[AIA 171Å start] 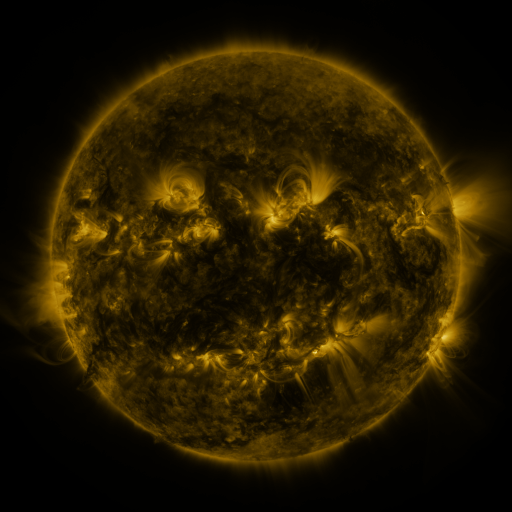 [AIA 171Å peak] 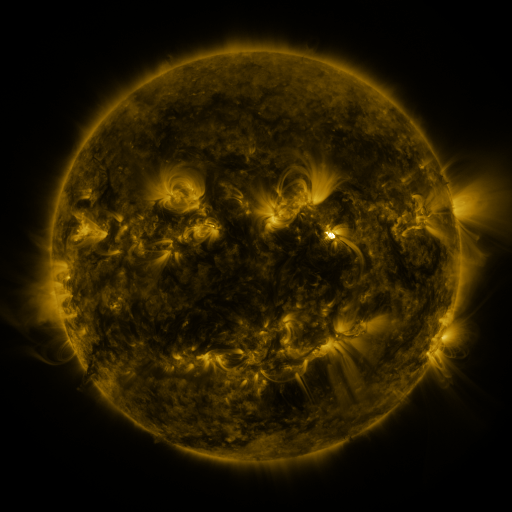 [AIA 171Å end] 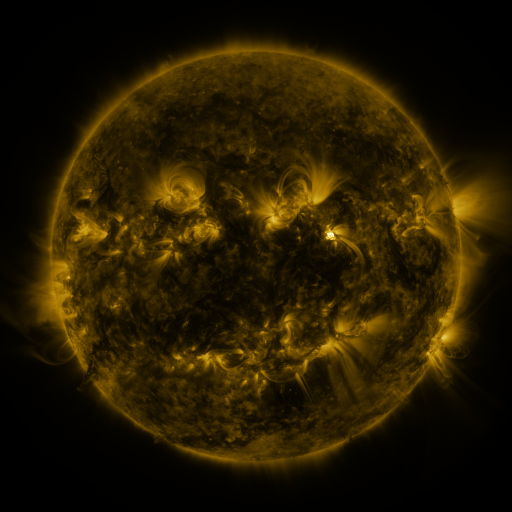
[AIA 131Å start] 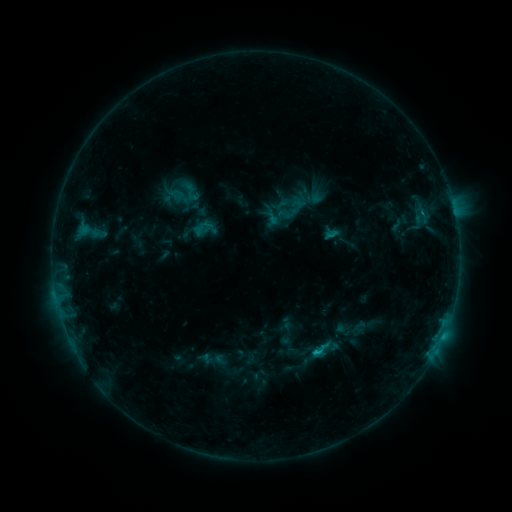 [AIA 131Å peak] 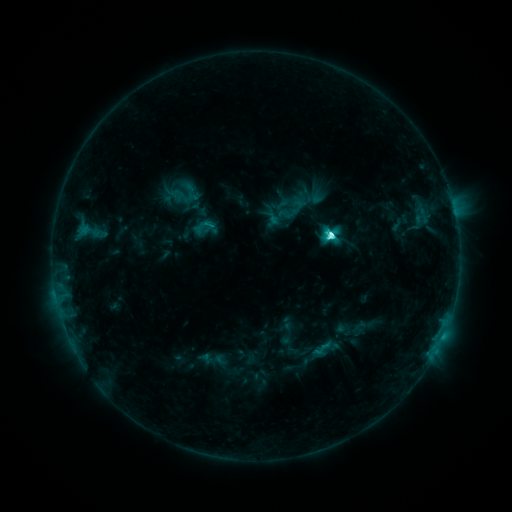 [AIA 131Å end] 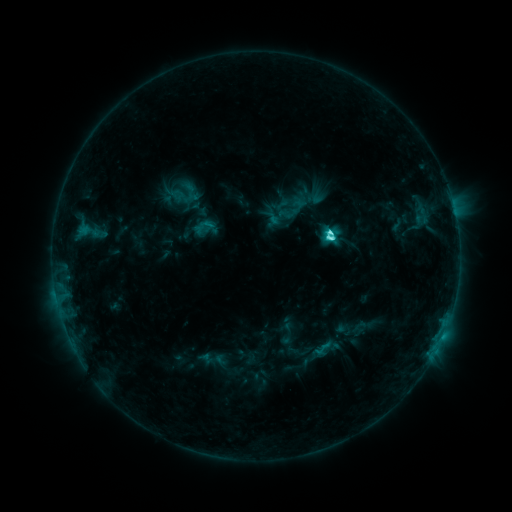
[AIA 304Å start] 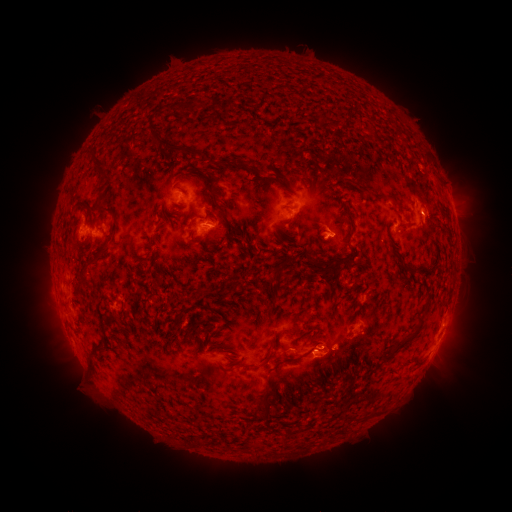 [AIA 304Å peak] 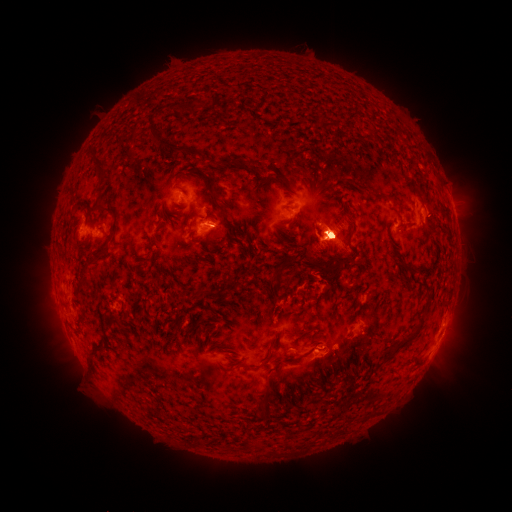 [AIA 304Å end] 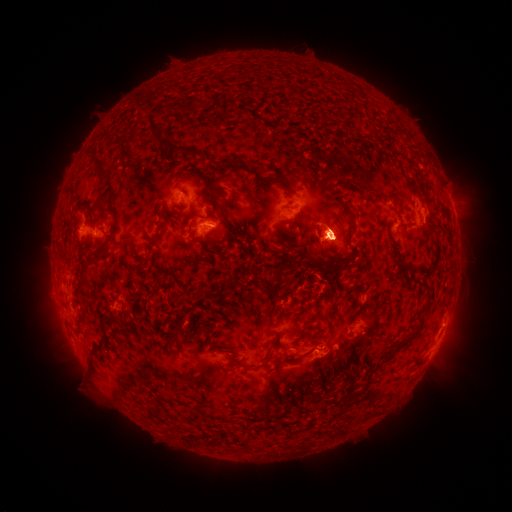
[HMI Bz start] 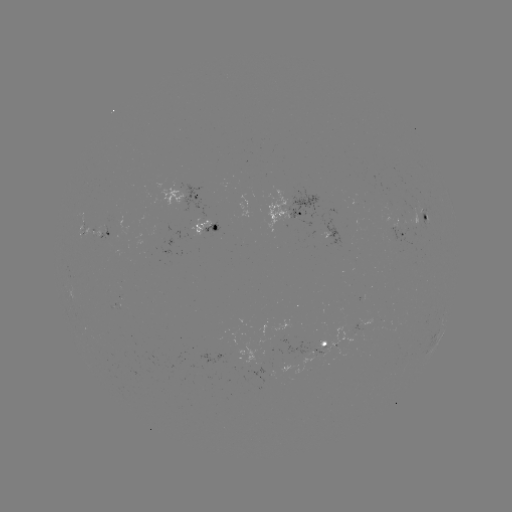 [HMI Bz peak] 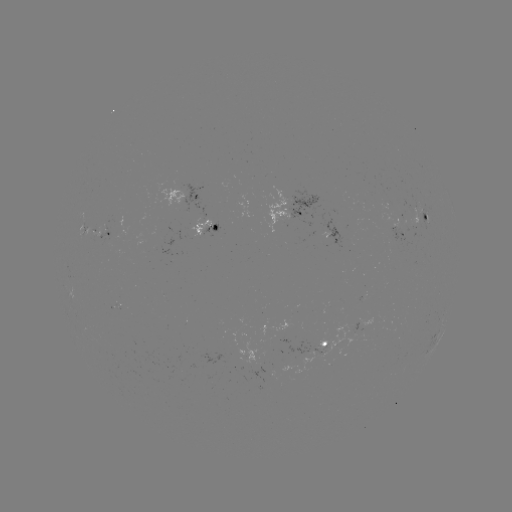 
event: flare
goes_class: C5.7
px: (328, 239)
